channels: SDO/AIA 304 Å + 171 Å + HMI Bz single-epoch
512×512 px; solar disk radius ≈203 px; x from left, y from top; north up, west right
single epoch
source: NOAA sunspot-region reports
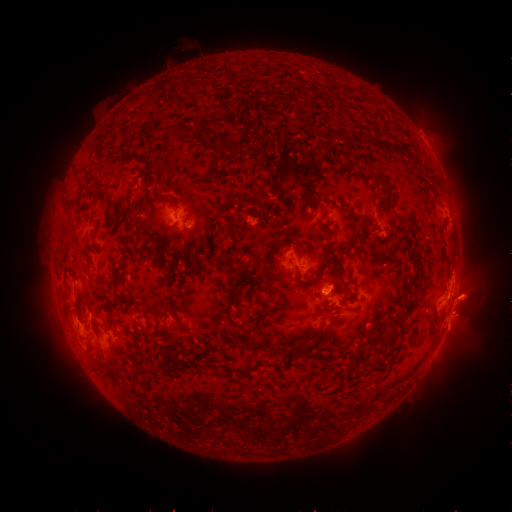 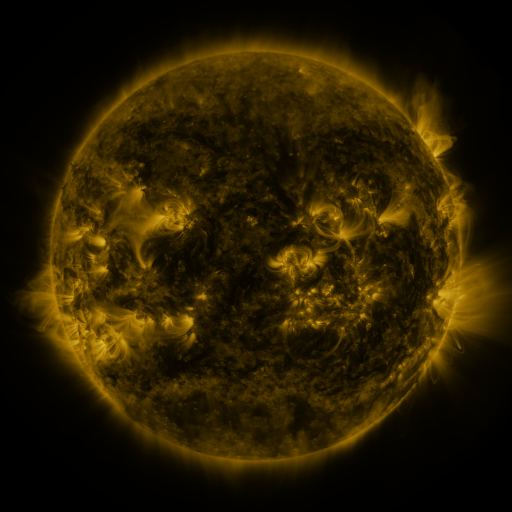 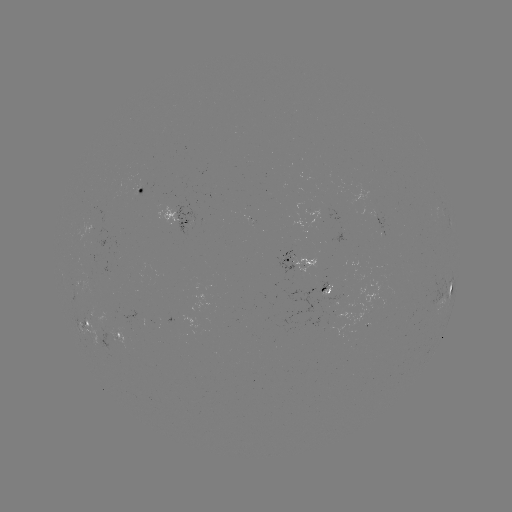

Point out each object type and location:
spotted active region: (142, 187)
spotted active region: (177, 213)
spotted active region: (298, 255)
spotted active region: (452, 282)
spotted active region: (90, 322)
spotted active region: (121, 330)
